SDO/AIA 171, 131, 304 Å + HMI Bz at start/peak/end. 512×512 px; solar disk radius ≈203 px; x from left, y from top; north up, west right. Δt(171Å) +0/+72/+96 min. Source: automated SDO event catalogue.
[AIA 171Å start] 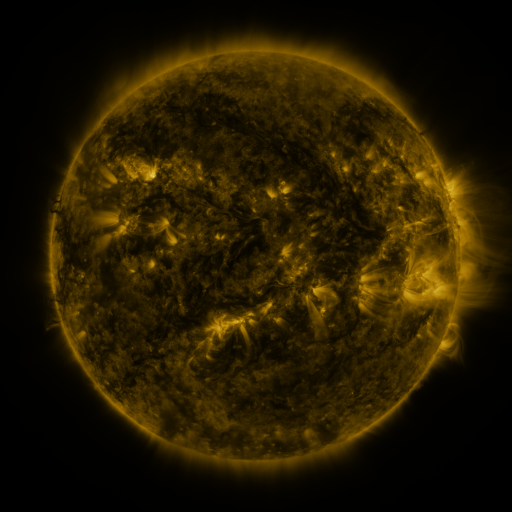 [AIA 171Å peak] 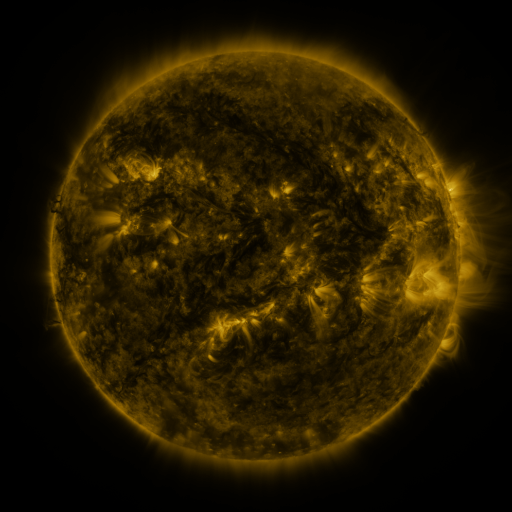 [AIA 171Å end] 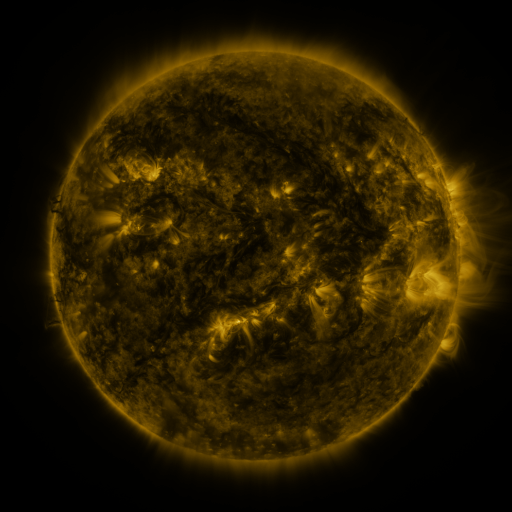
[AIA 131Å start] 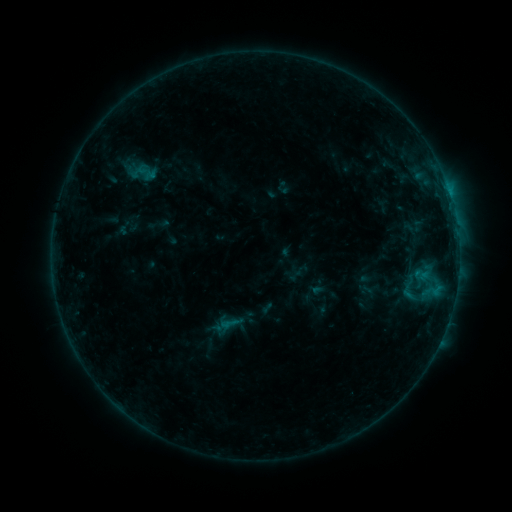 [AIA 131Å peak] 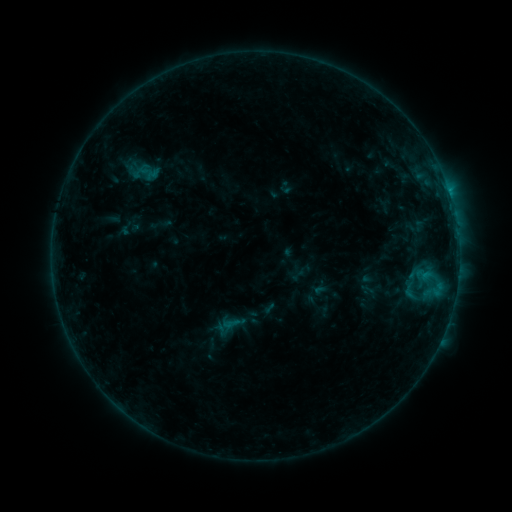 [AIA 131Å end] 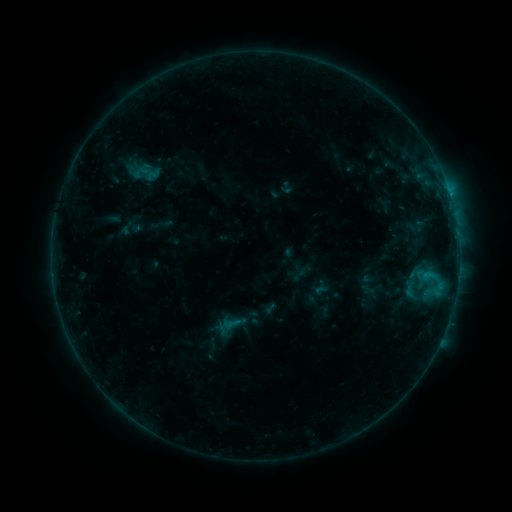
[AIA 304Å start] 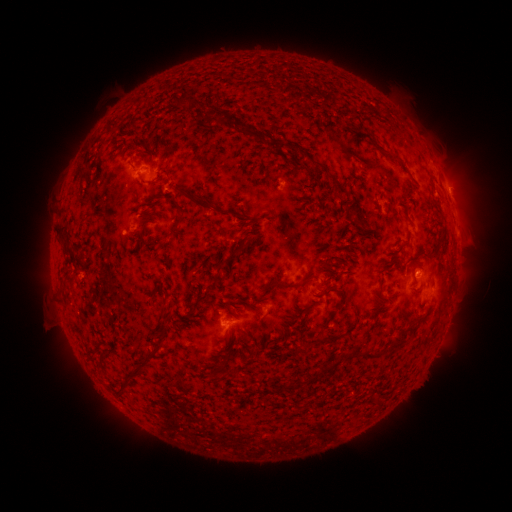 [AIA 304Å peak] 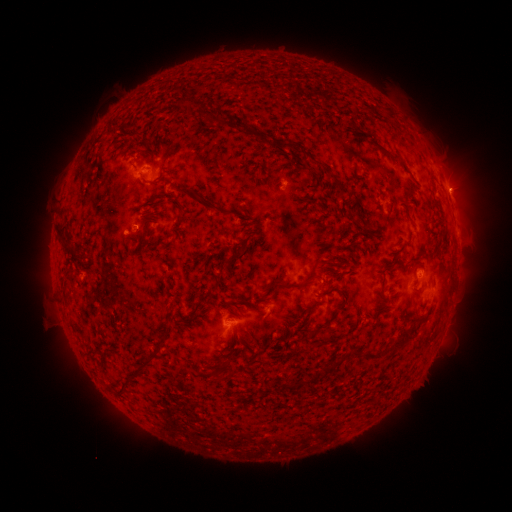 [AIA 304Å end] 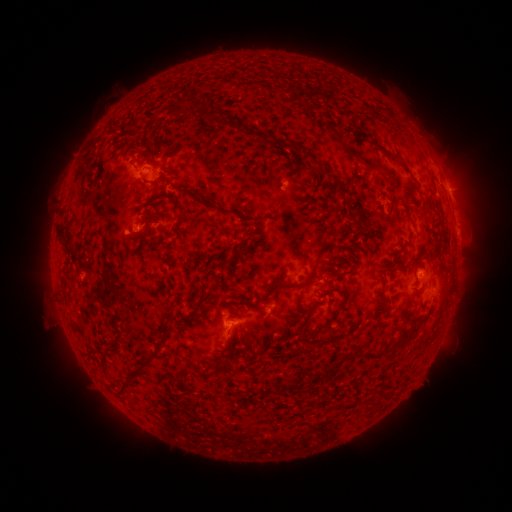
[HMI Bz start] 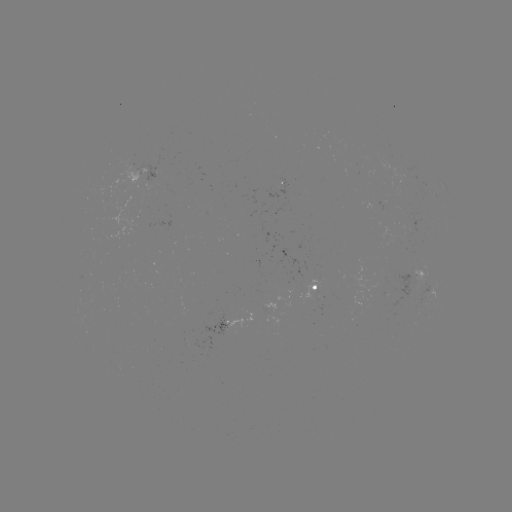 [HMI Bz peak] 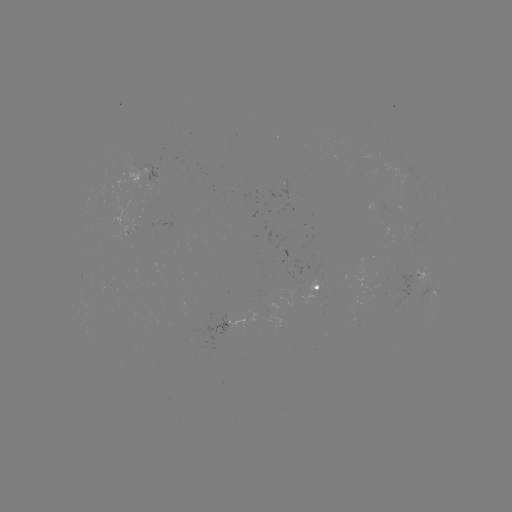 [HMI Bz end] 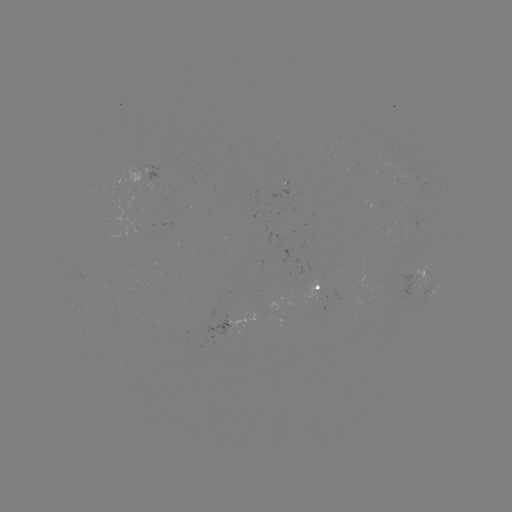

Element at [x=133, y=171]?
emerging-flux region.